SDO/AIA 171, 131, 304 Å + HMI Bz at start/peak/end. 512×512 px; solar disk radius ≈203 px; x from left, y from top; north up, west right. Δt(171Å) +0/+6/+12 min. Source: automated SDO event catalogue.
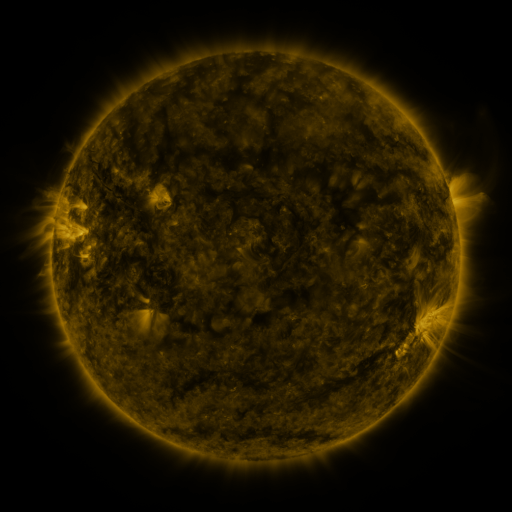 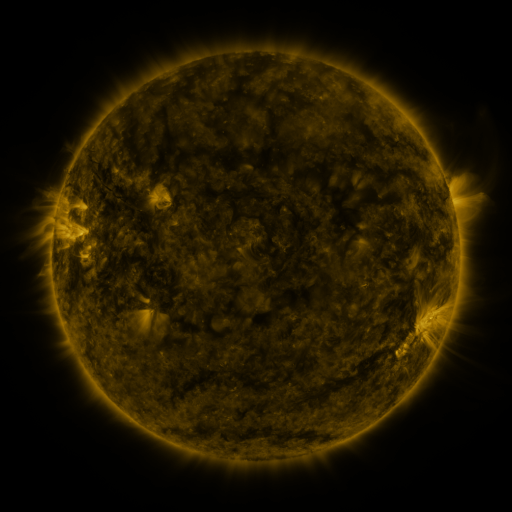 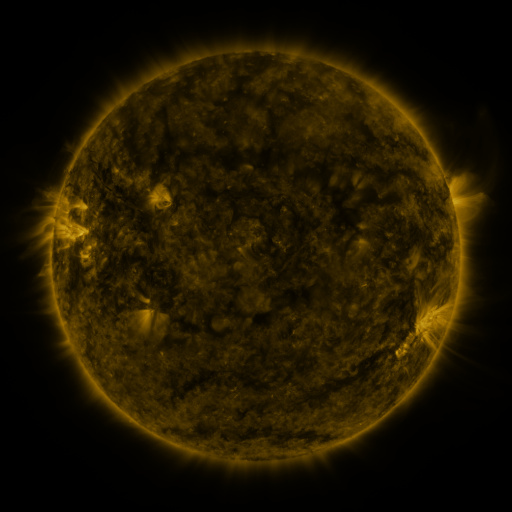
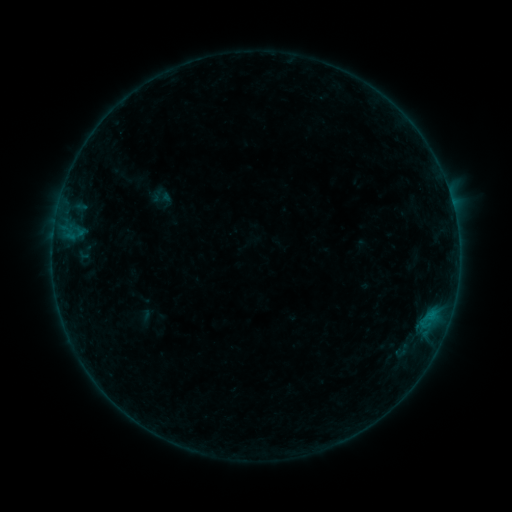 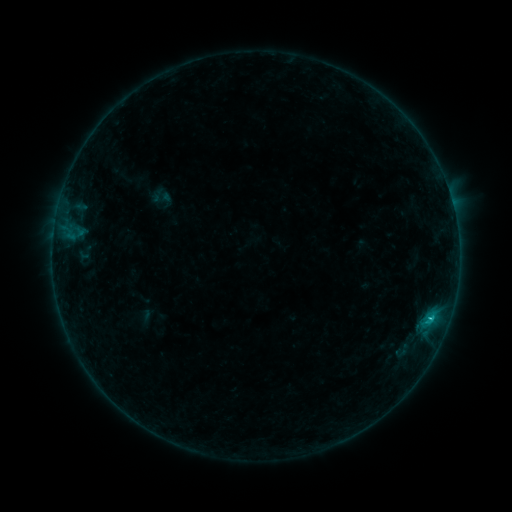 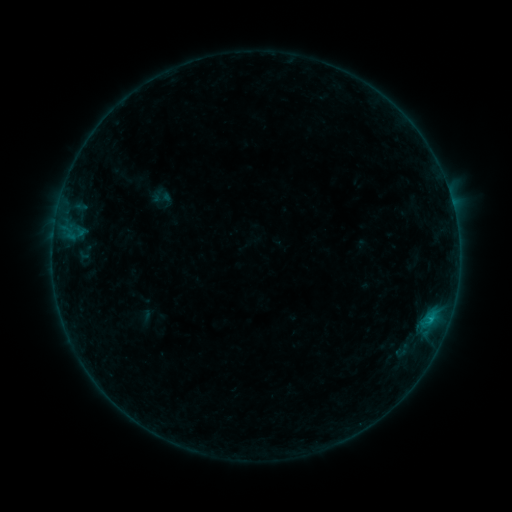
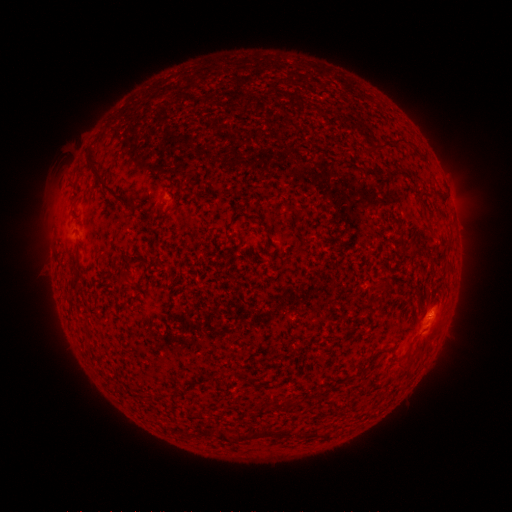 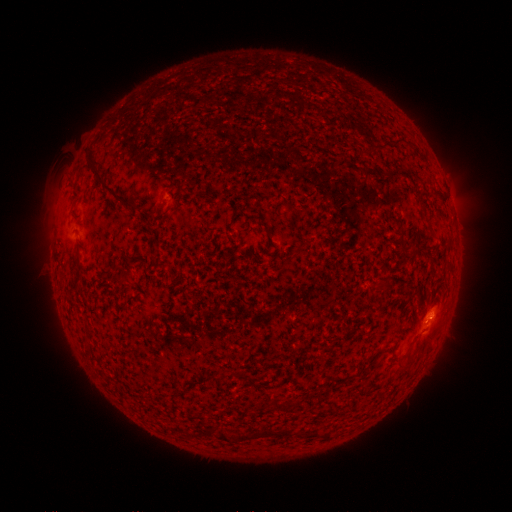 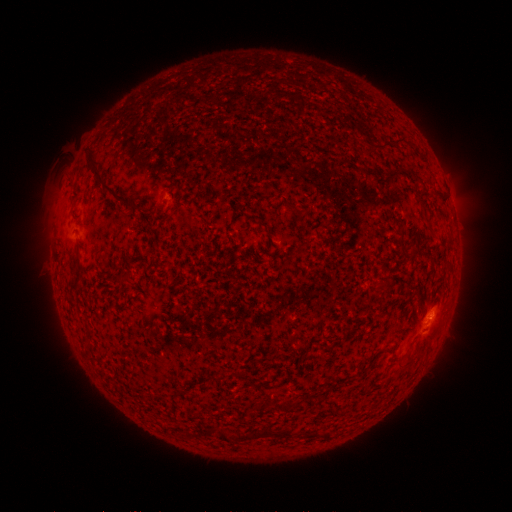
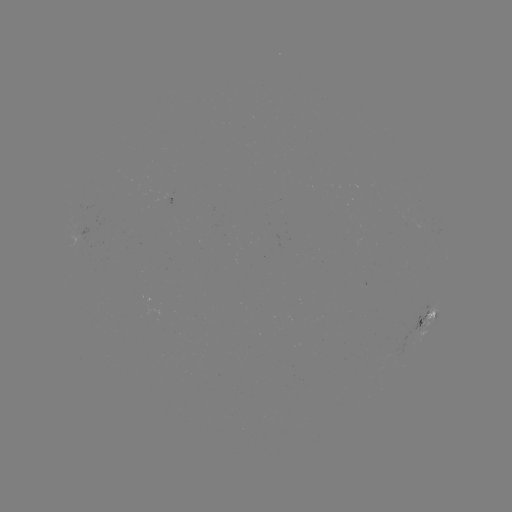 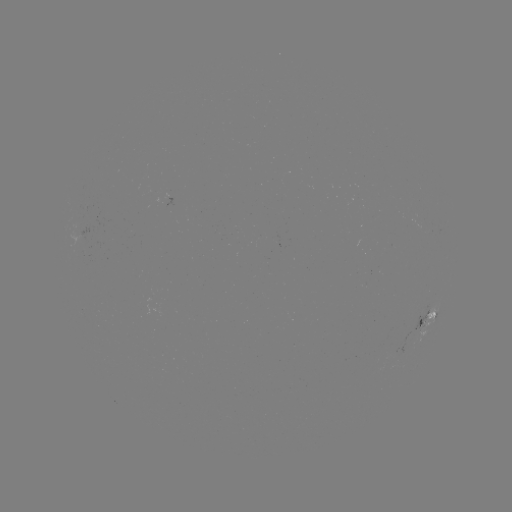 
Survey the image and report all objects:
B7.5 flare: (429, 319)
